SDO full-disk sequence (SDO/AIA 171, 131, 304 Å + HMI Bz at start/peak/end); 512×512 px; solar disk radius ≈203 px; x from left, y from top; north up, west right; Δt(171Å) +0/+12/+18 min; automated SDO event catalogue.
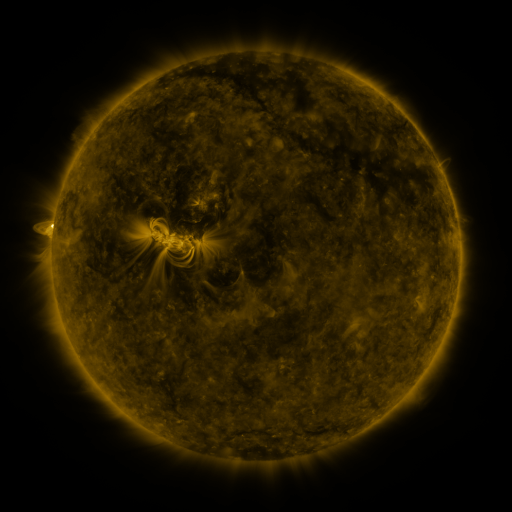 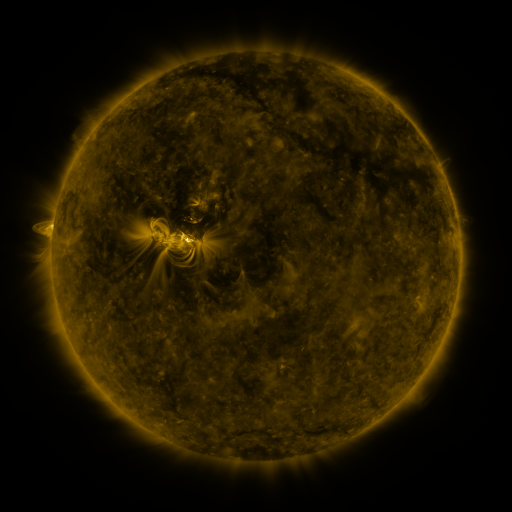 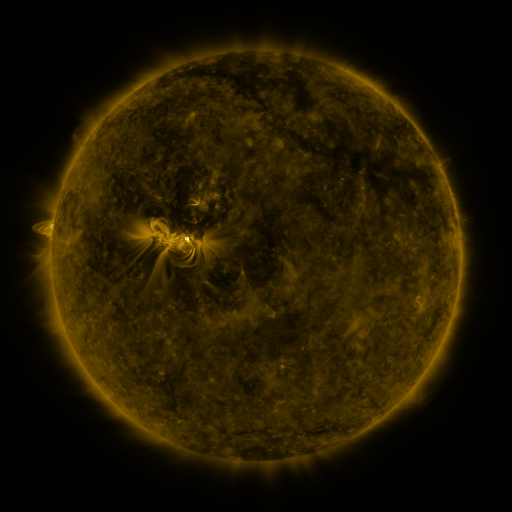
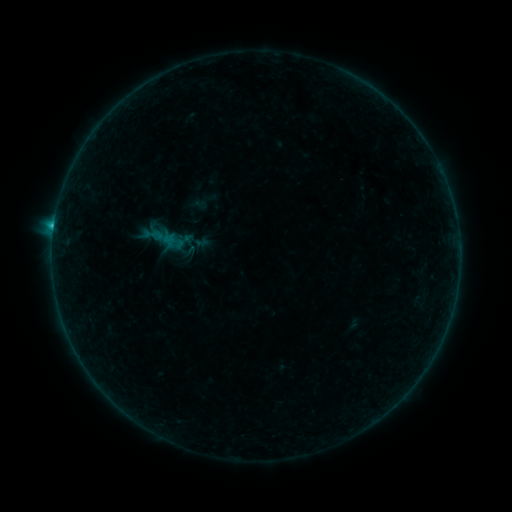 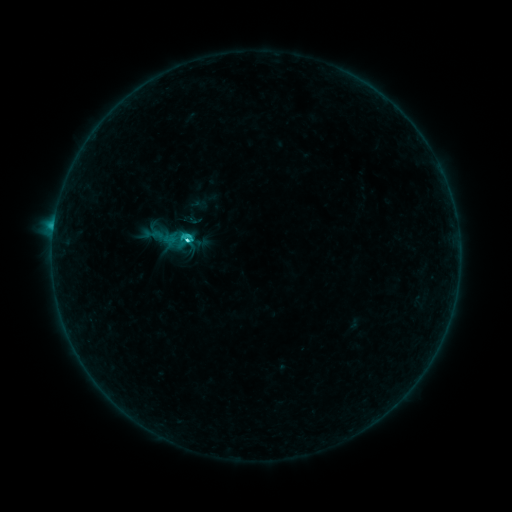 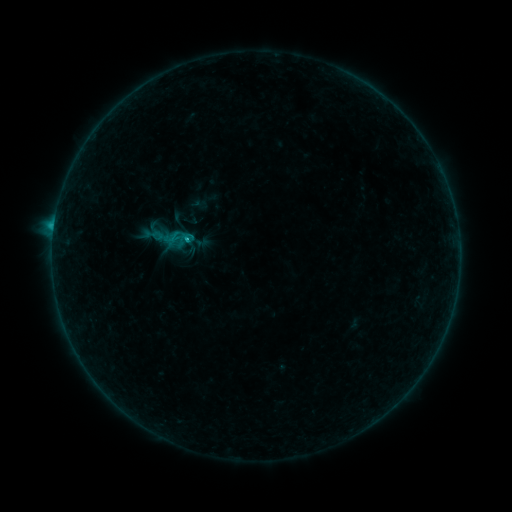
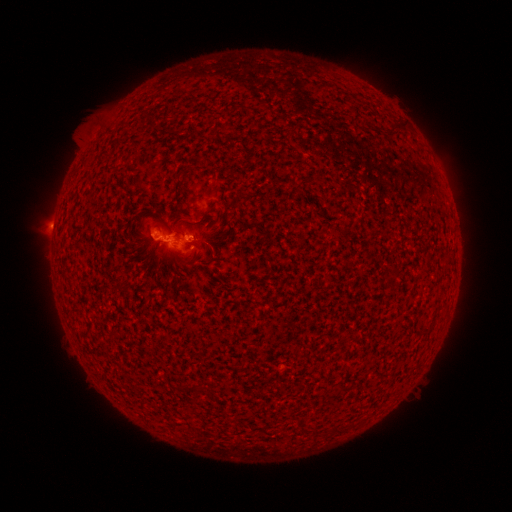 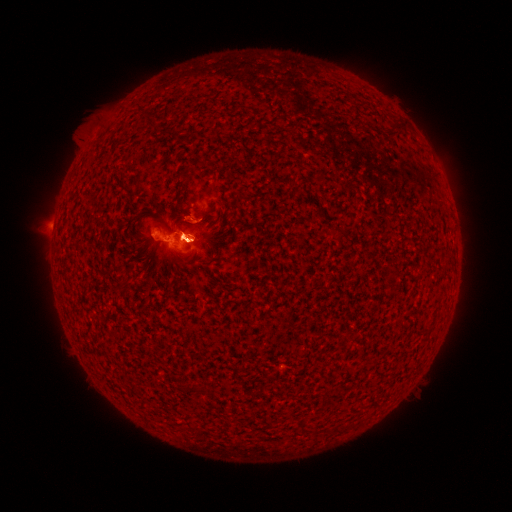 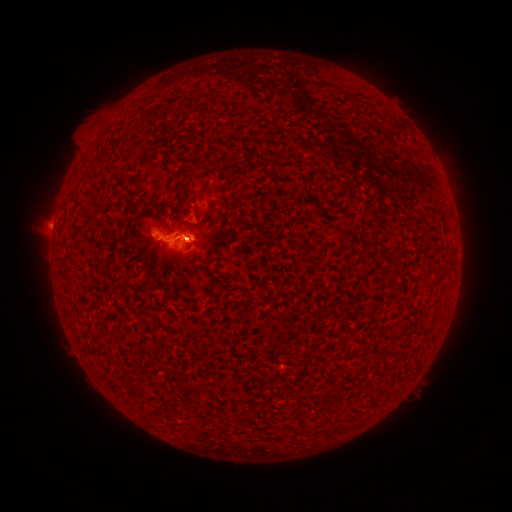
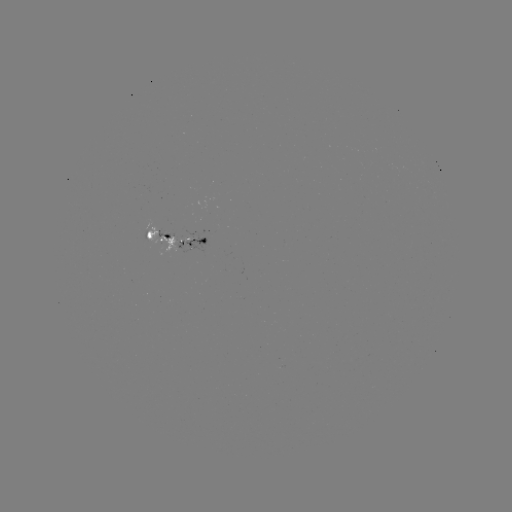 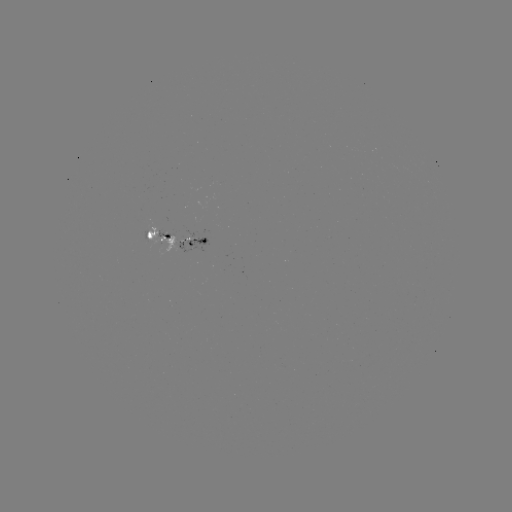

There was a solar eruption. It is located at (185, 236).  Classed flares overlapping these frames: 1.